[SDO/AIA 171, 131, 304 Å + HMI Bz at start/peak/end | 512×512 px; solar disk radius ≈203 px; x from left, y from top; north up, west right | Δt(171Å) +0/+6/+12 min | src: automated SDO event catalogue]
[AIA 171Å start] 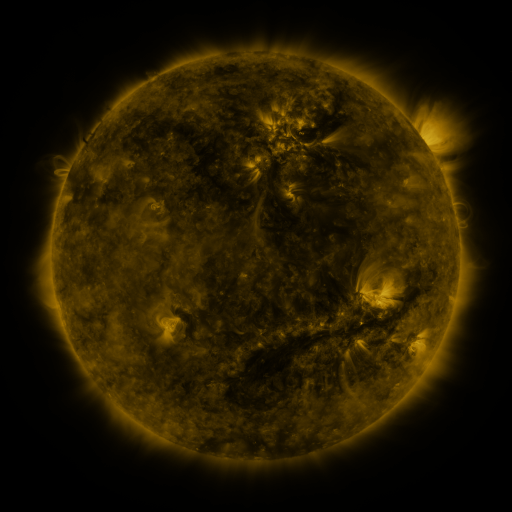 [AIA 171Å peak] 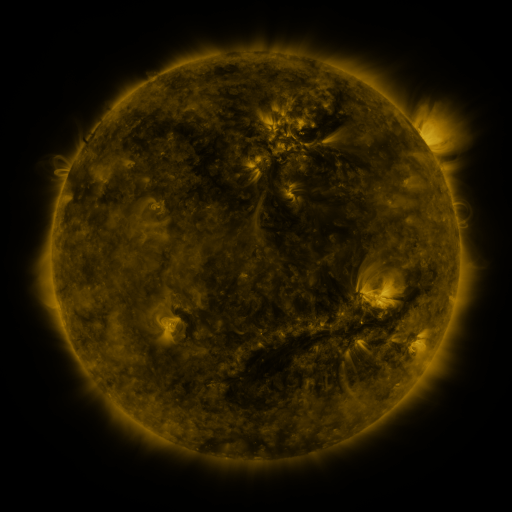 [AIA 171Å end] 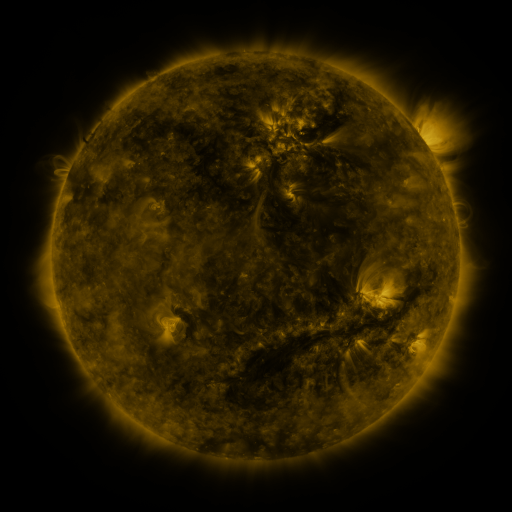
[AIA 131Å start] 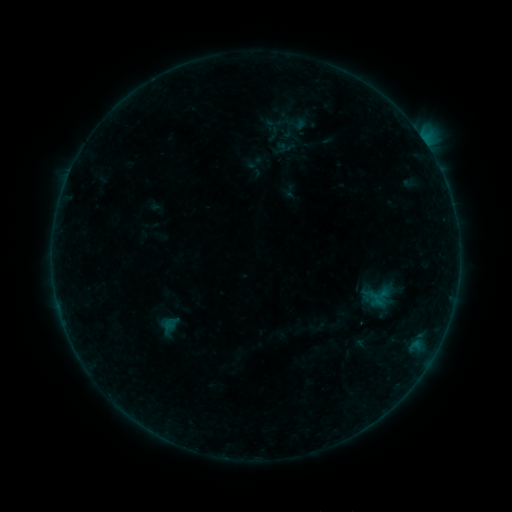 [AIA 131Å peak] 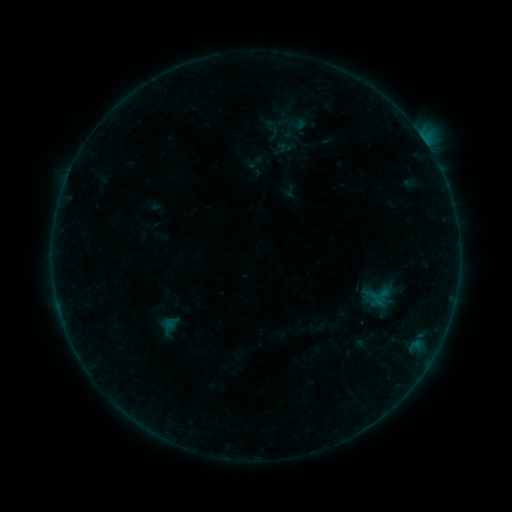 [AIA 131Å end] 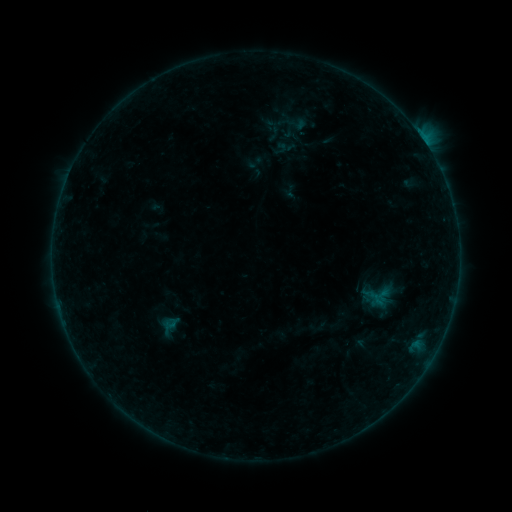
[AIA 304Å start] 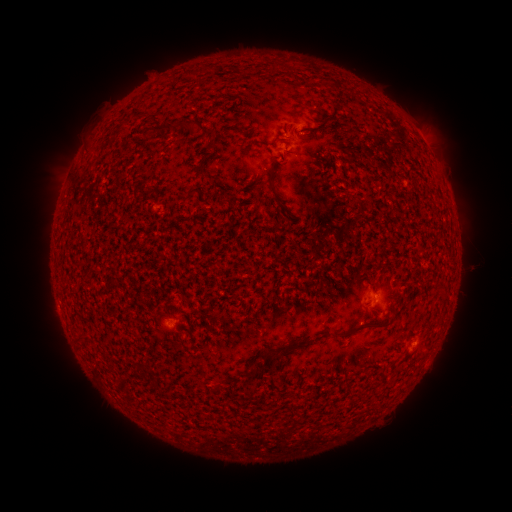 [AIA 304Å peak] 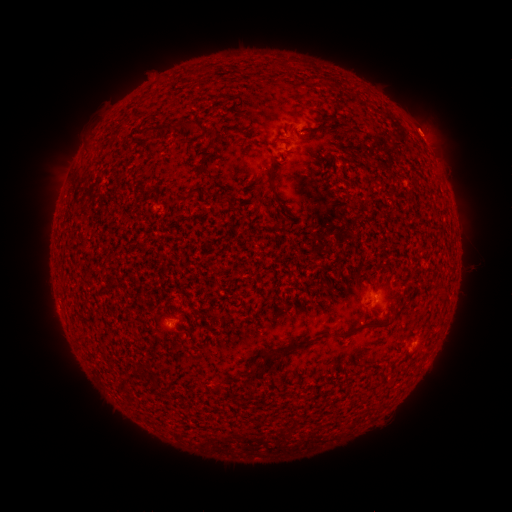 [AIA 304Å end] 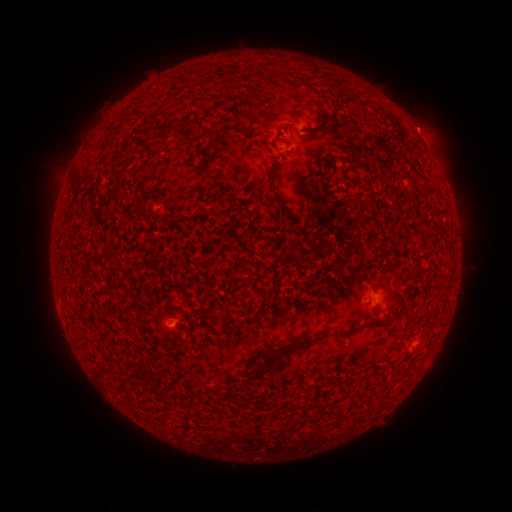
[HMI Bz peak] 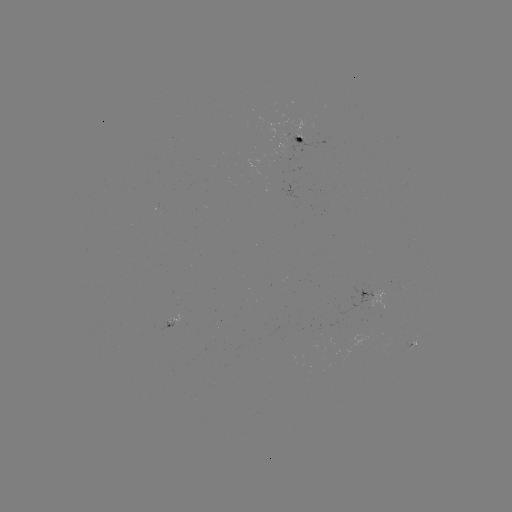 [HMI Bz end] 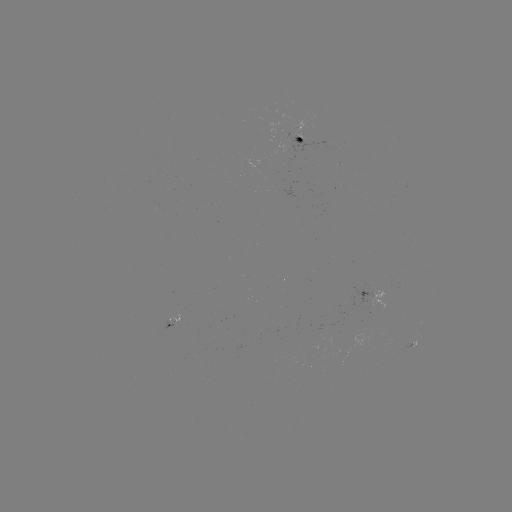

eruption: (396, 96, 458, 158)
